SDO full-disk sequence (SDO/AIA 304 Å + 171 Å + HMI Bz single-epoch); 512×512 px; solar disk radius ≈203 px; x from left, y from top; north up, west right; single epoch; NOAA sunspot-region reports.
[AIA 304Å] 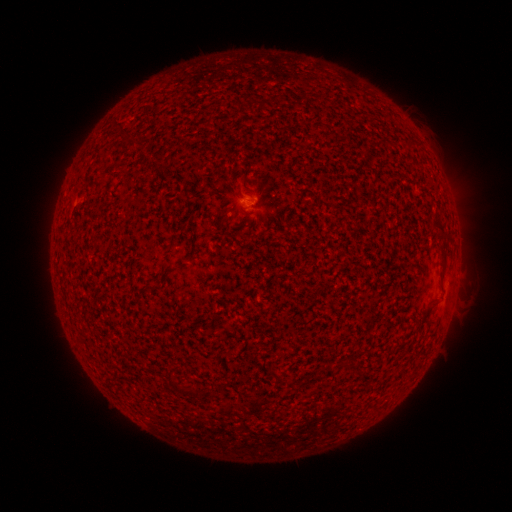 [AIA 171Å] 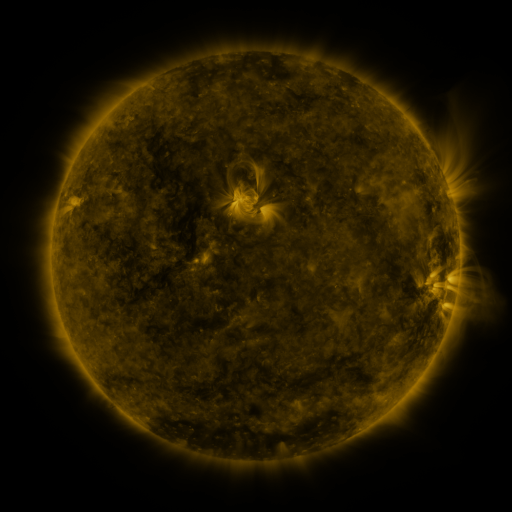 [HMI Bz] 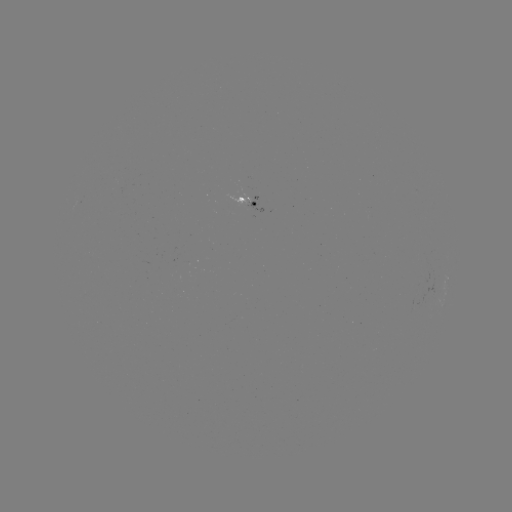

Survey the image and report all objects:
spotted active region: (252, 203)
spotted active region: (448, 280)
